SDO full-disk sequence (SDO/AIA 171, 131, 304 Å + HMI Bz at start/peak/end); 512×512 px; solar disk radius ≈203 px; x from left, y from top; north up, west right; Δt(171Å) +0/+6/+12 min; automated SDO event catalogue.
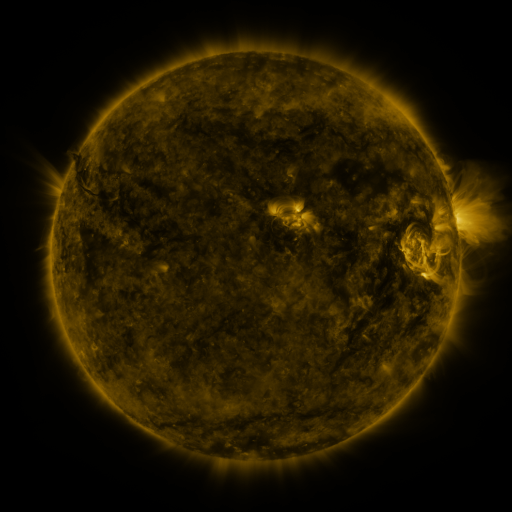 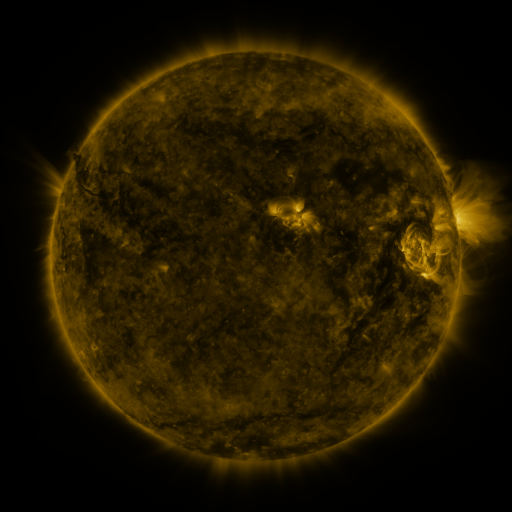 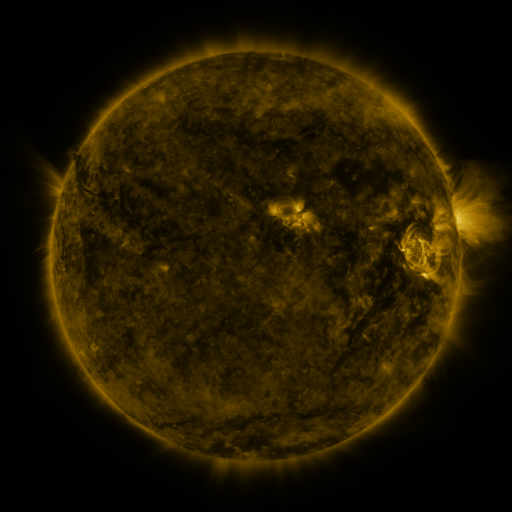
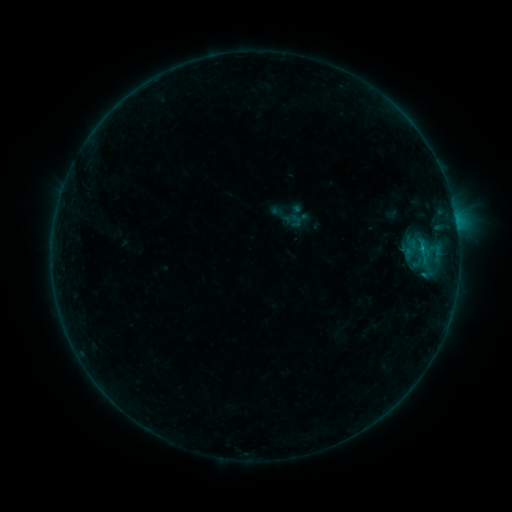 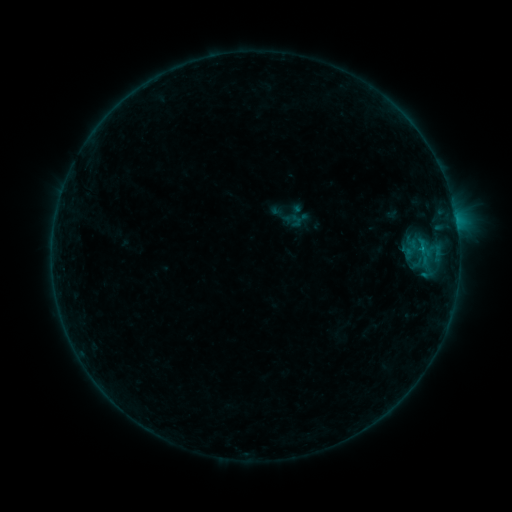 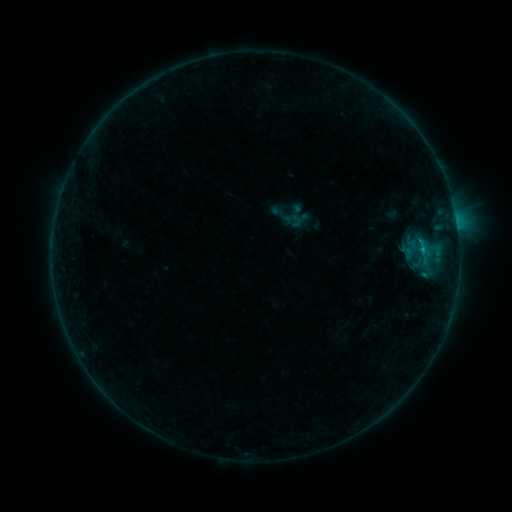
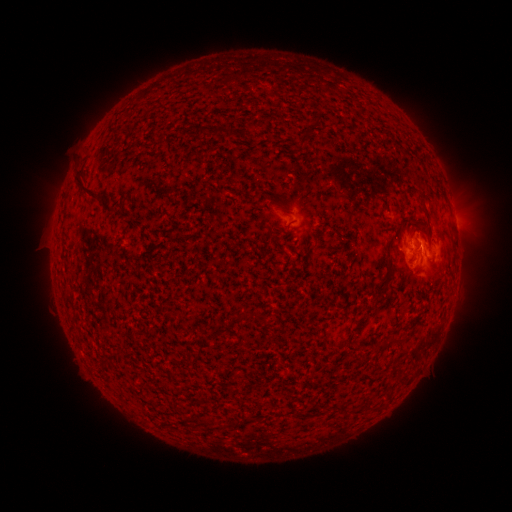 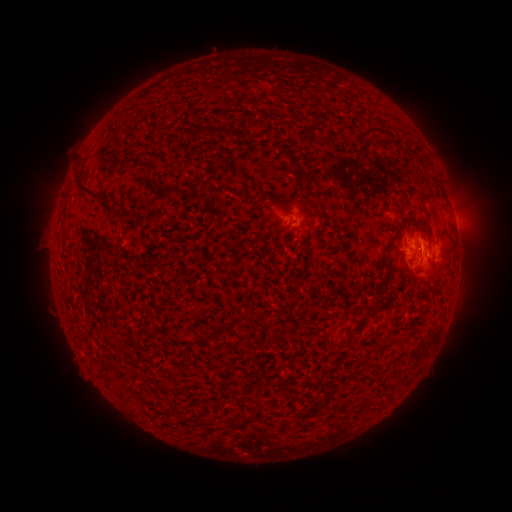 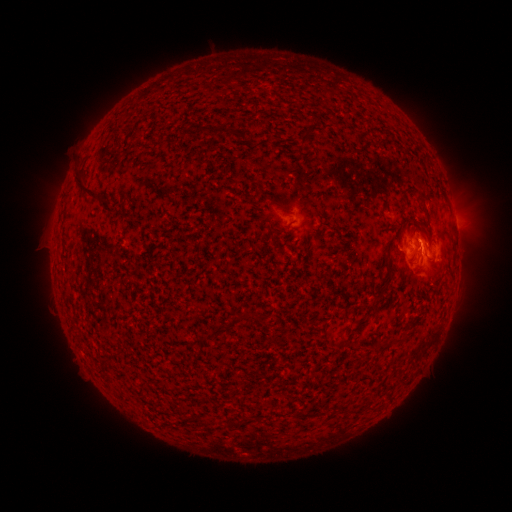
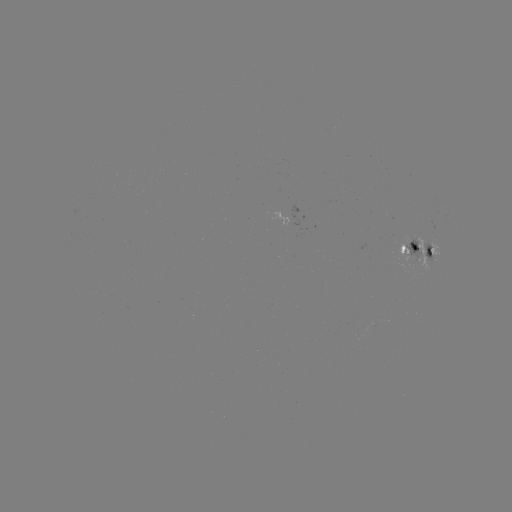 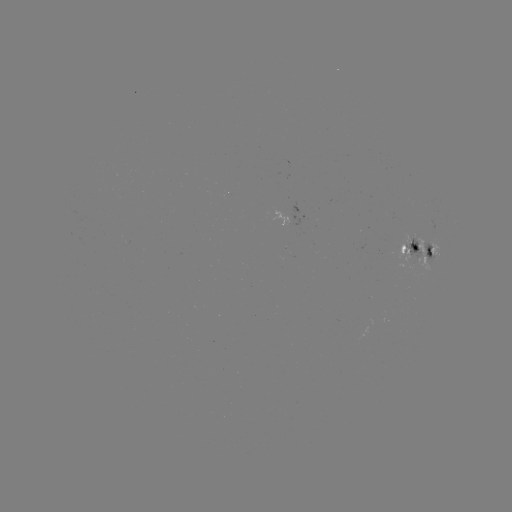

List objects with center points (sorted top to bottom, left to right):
B5.9 flare: (420, 252)
